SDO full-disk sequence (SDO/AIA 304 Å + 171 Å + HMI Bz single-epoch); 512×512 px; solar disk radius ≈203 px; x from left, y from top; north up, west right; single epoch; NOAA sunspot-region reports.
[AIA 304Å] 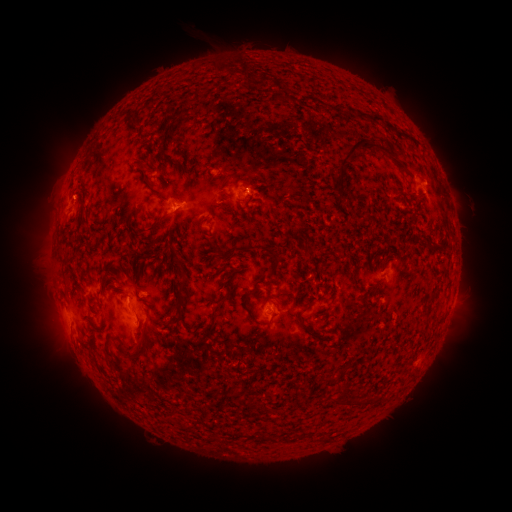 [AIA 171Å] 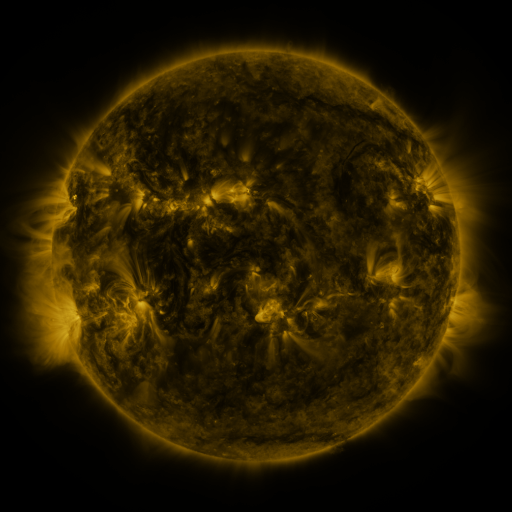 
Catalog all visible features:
spotted active region: (427, 189)
spotted active region: (245, 198)
spotted active region: (75, 204)
spotted active region: (180, 206)
spotted active region: (389, 277)
spotted active region: (141, 297)
spotted active region: (275, 307)
